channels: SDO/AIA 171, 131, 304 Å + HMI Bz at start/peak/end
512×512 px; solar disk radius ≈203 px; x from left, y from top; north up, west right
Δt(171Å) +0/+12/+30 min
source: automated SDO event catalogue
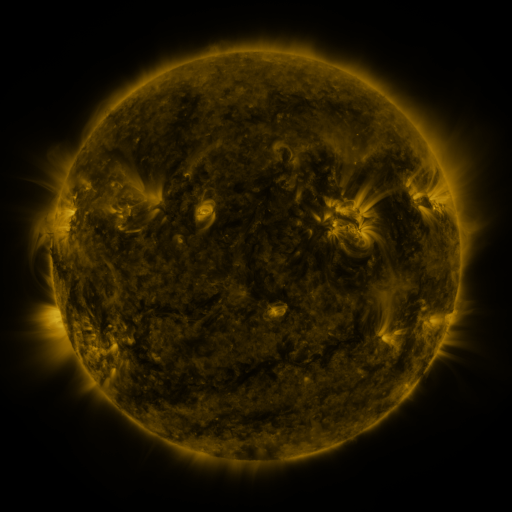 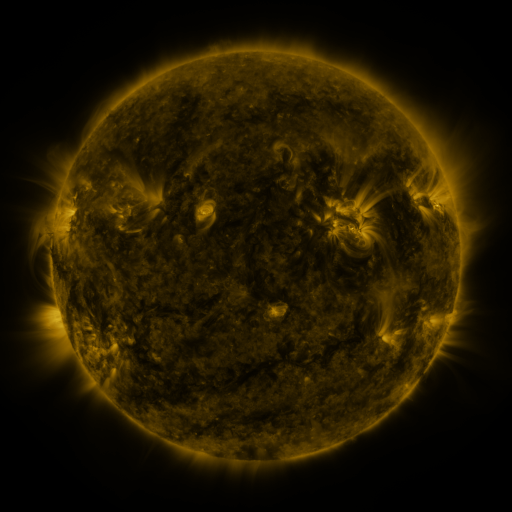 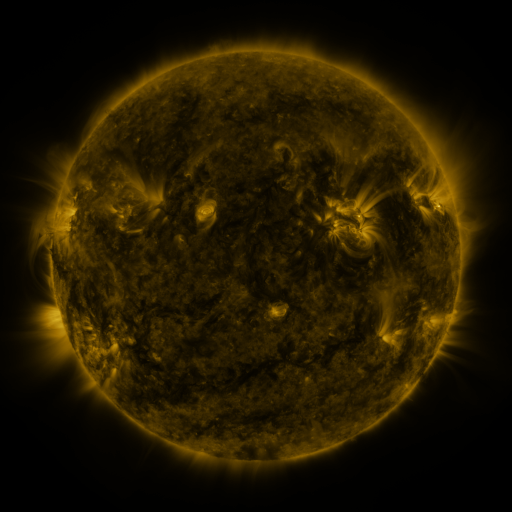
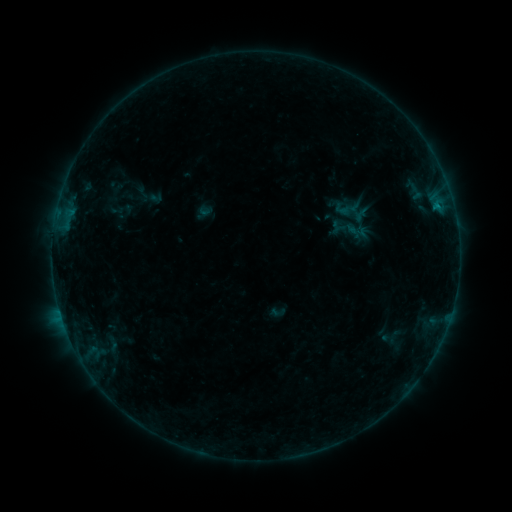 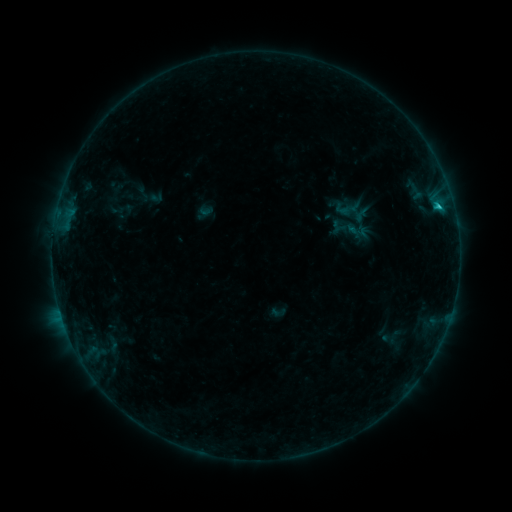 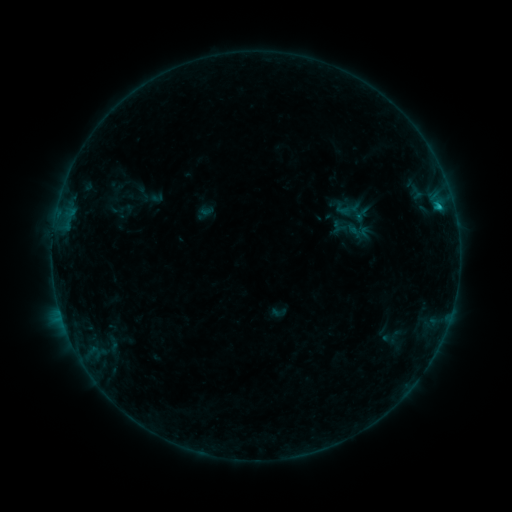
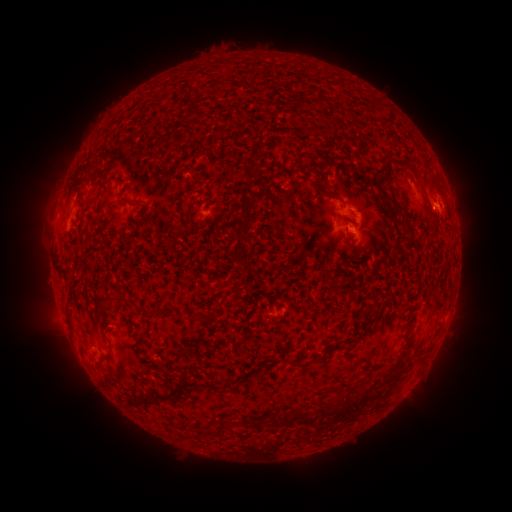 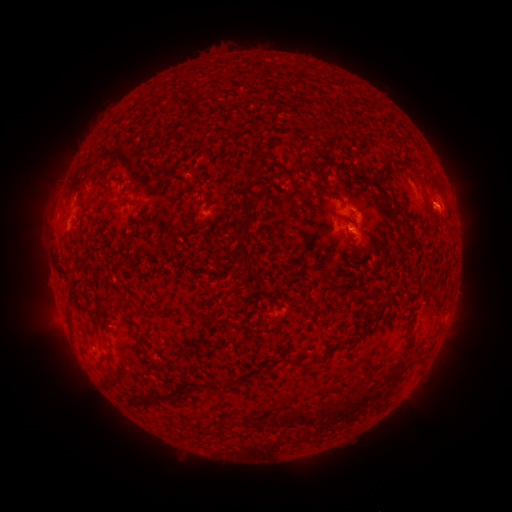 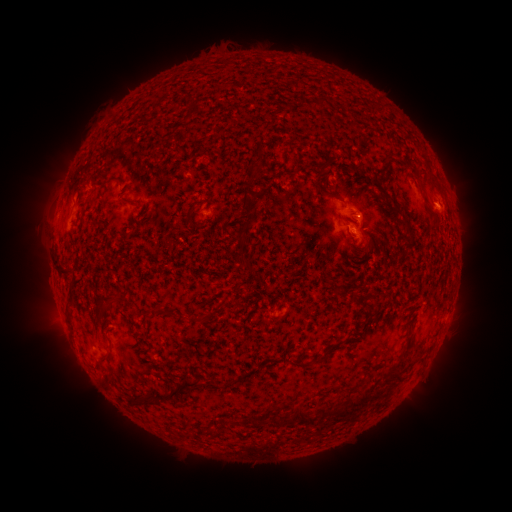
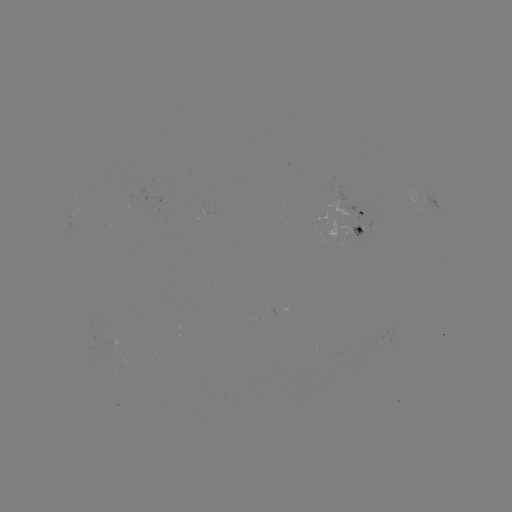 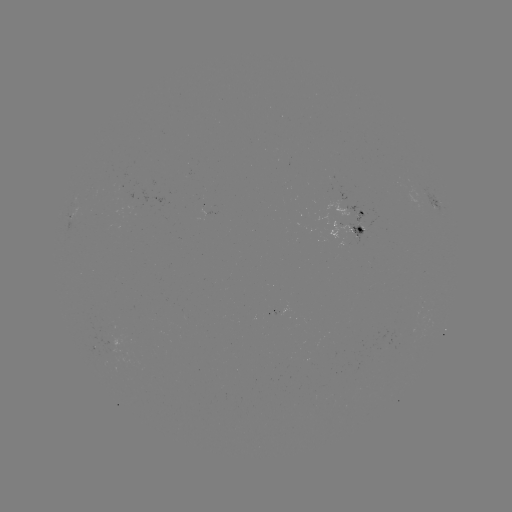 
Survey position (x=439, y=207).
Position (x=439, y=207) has B8.6 flare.